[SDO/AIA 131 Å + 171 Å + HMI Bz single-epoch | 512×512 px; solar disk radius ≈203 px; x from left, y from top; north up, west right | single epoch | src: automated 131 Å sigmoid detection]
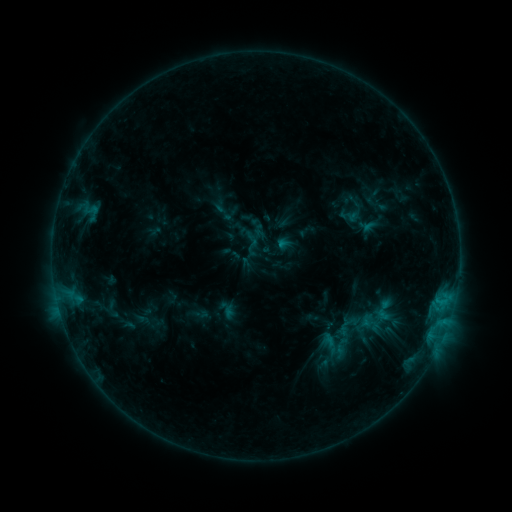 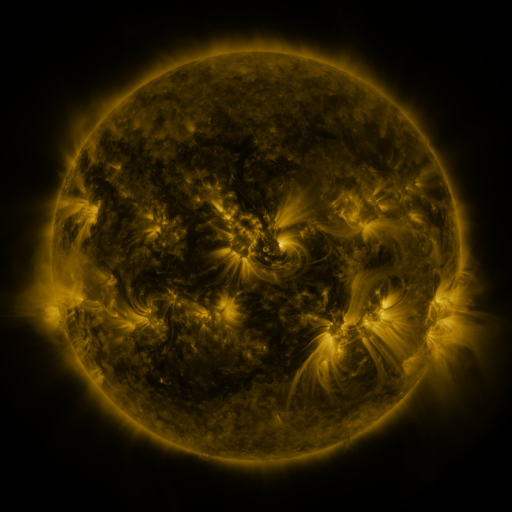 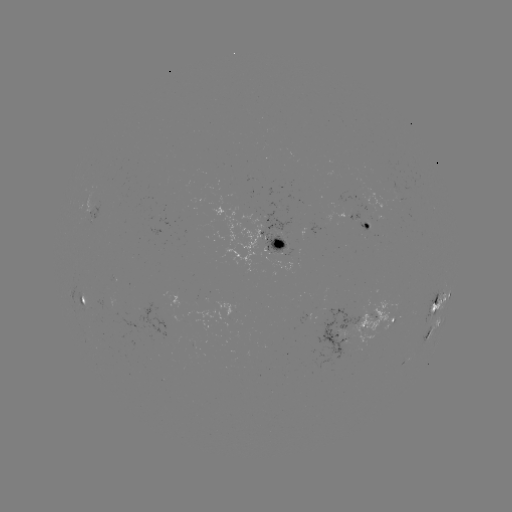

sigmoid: [358, 311, 382, 335]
